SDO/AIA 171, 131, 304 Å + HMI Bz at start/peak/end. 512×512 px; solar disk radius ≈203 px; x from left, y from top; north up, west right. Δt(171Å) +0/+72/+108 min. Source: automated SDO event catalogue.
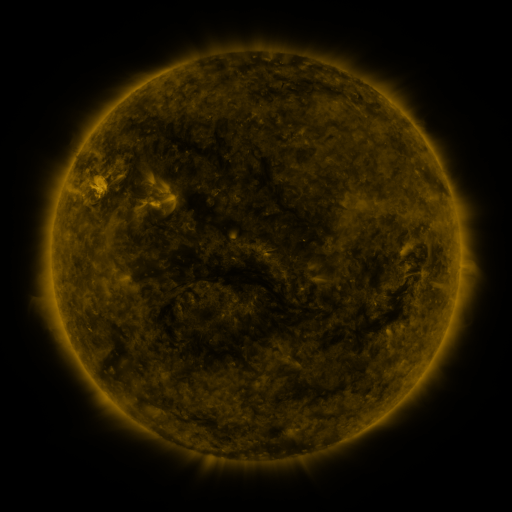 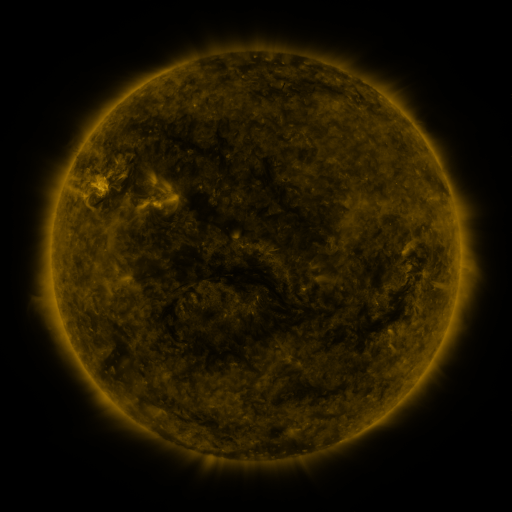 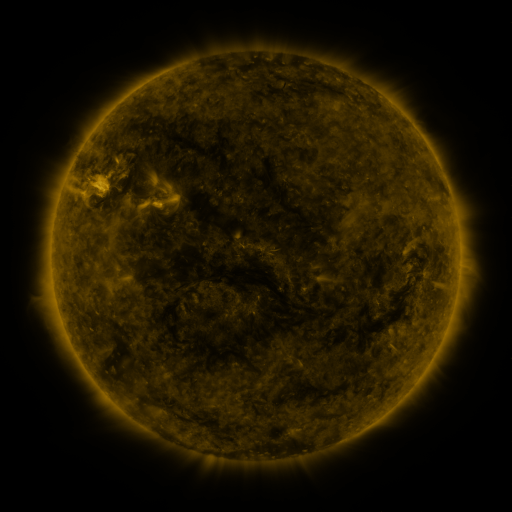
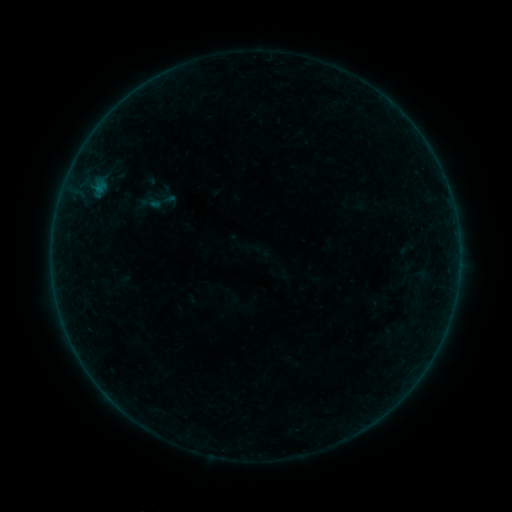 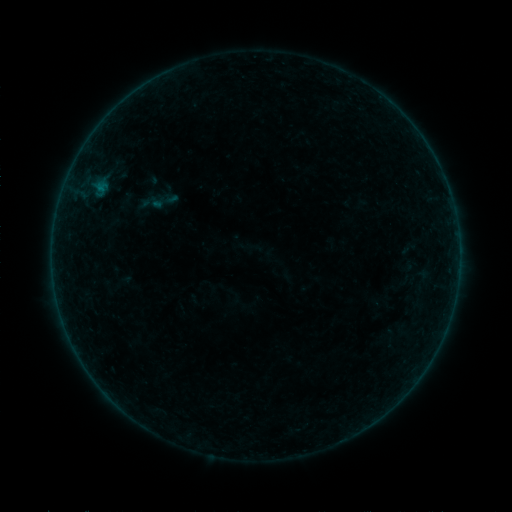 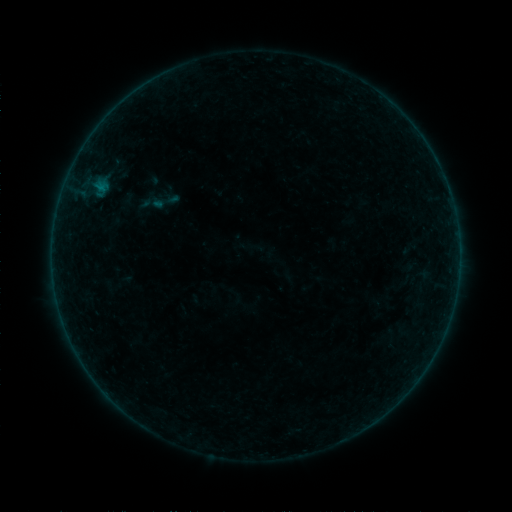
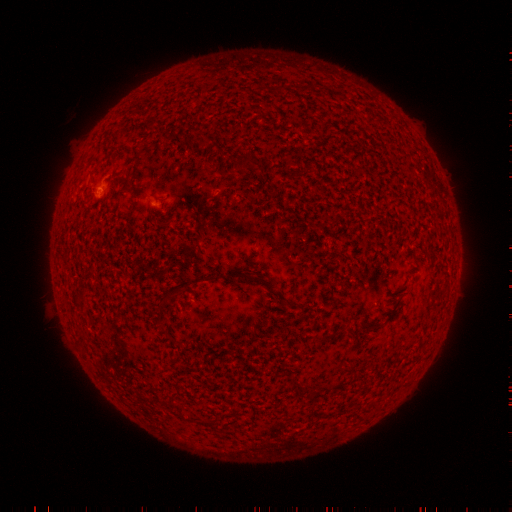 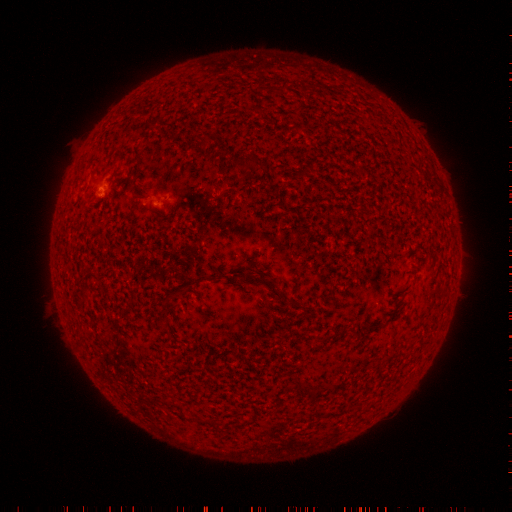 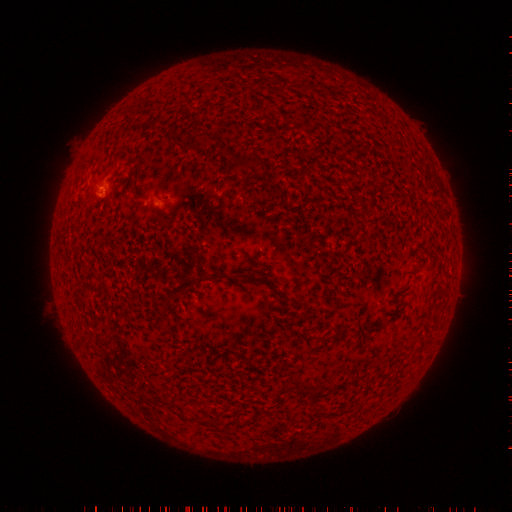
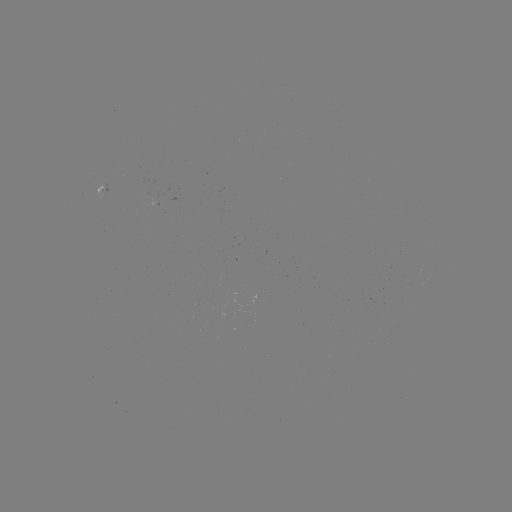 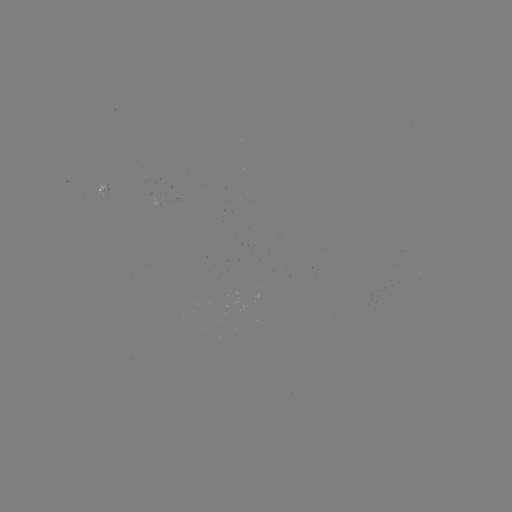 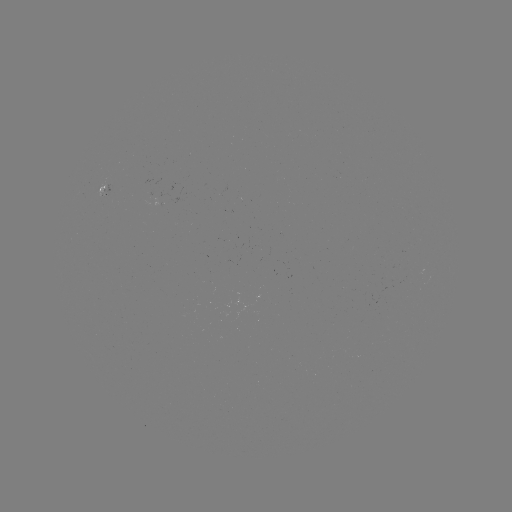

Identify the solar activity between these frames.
emerging-flux region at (221, 192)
